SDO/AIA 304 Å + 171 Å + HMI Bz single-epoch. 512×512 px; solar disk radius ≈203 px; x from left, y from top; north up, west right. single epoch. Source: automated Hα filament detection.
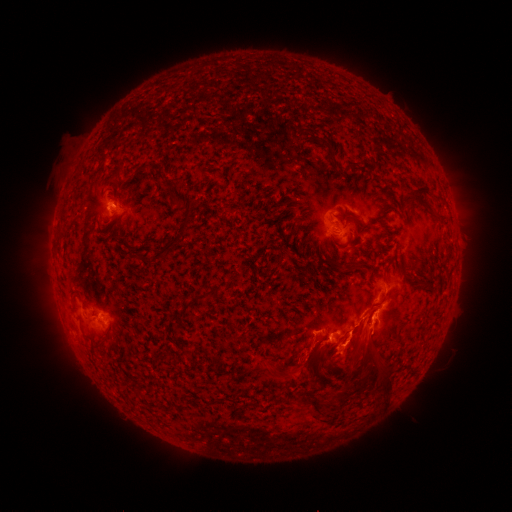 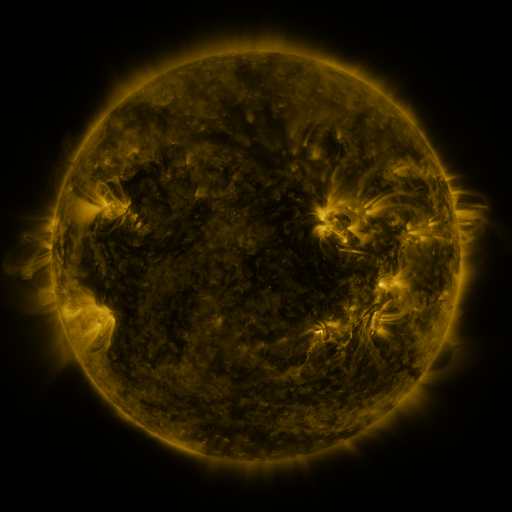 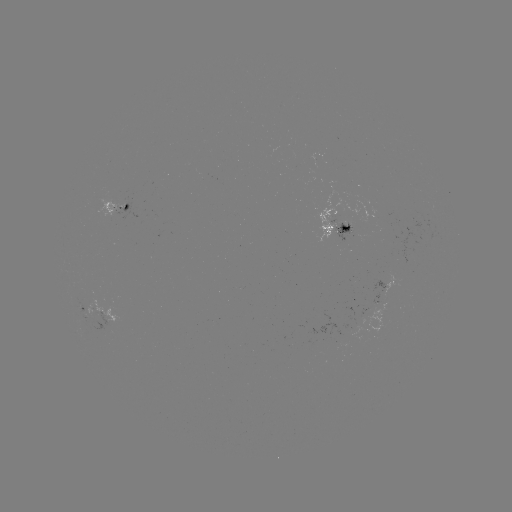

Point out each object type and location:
filament: (326, 143)
filament: (354, 165)
filament: (183, 198)
filament: (420, 198)
filament: (442, 217)
filament: (362, 224)
filament: (346, 228)
filament: (174, 244)
filament: (339, 265)
filament: (356, 266)
filament: (234, 276)
filament: (420, 280)
filament: (77, 293)
filament: (205, 295)
filament: (366, 330)
filament: (104, 340)
filament: (291, 362)
filament: (351, 367)
filament: (280, 378)
filament: (218, 401)
